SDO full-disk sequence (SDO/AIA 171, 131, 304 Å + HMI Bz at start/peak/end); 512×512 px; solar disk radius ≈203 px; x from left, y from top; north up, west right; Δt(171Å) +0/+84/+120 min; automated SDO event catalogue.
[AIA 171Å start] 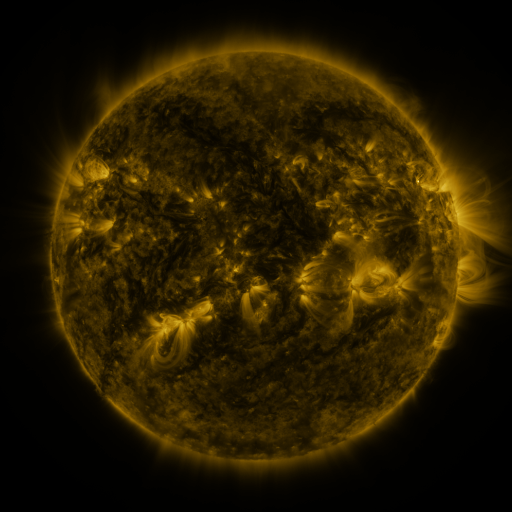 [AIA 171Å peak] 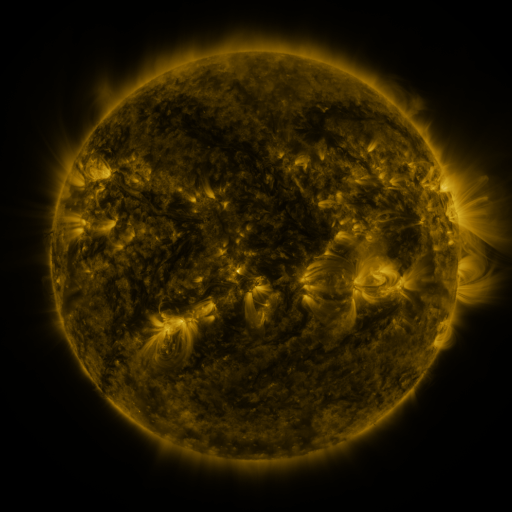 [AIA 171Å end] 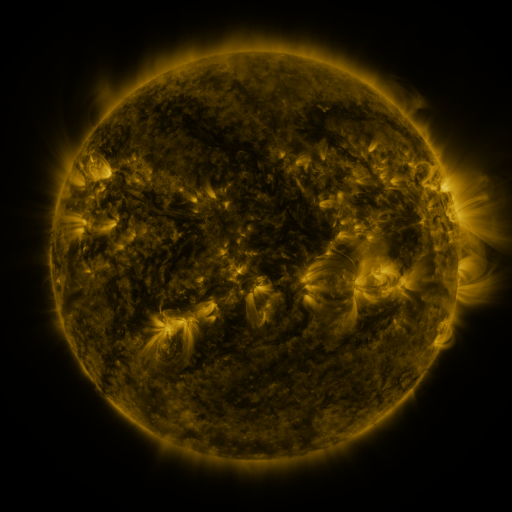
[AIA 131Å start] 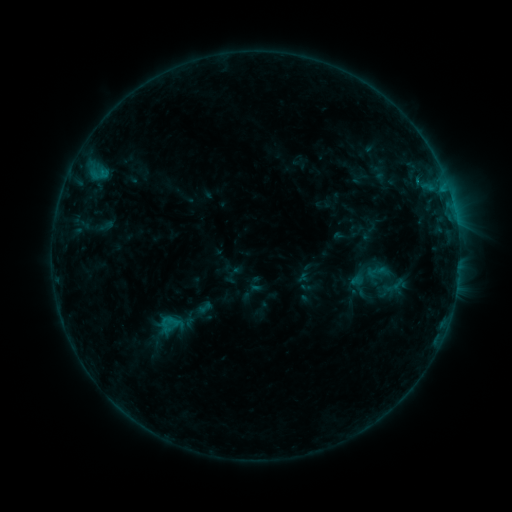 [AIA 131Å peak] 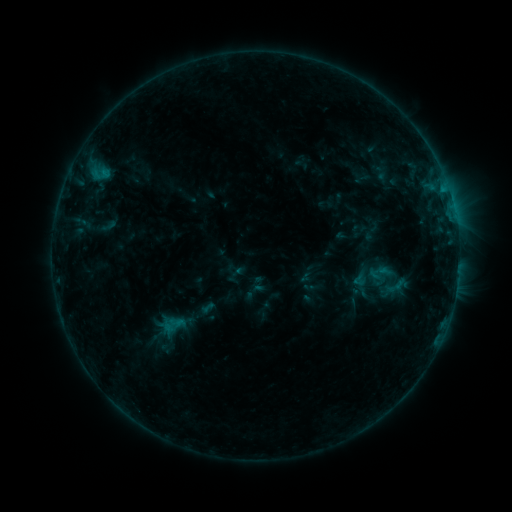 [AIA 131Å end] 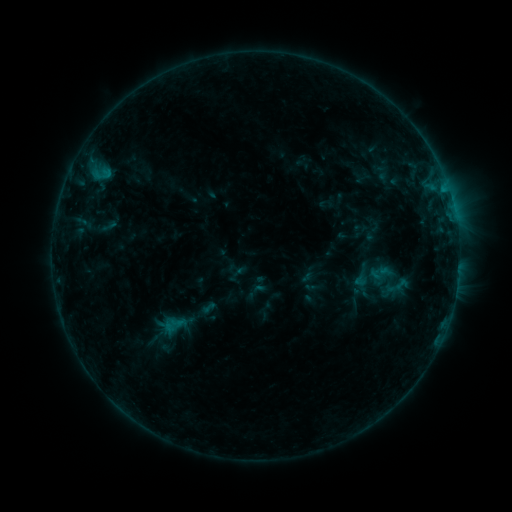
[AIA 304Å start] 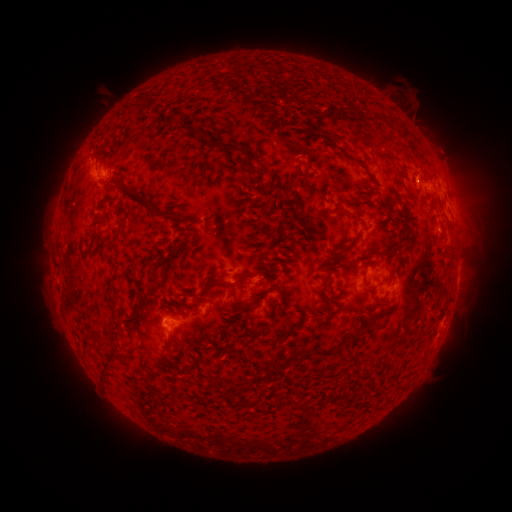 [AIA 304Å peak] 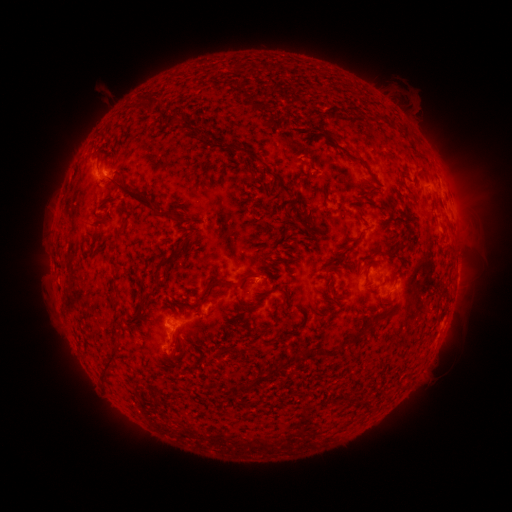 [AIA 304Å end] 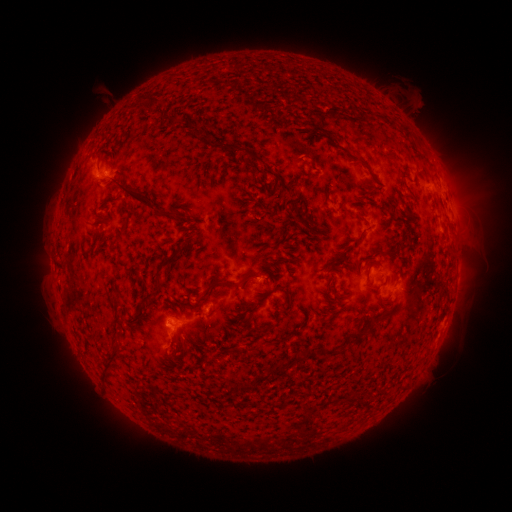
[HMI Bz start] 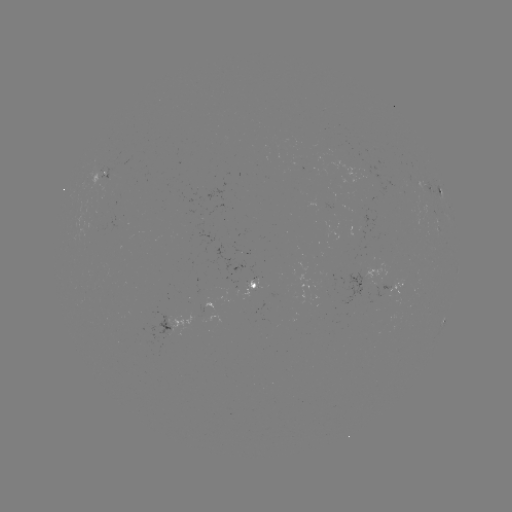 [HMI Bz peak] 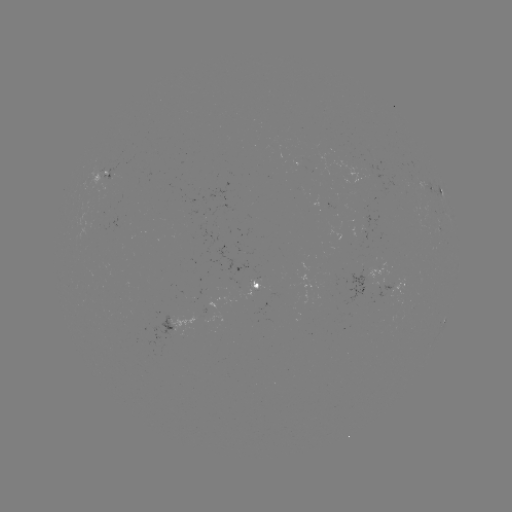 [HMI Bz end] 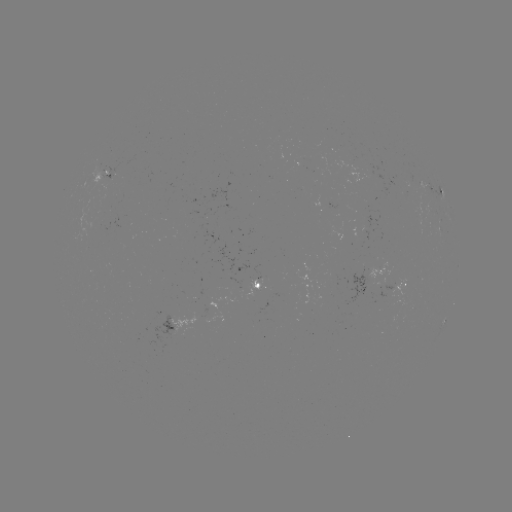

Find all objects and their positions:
emerging-flux region: (207, 226)
